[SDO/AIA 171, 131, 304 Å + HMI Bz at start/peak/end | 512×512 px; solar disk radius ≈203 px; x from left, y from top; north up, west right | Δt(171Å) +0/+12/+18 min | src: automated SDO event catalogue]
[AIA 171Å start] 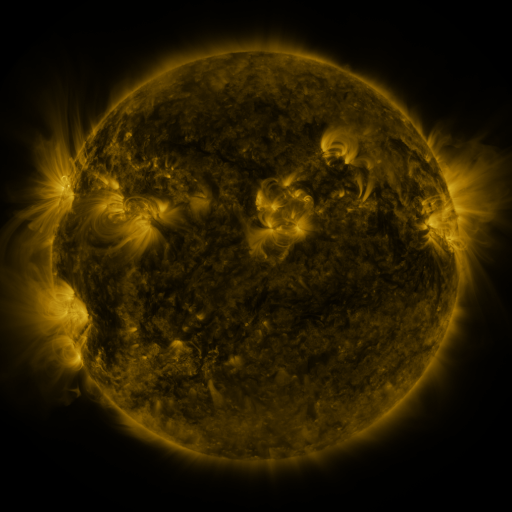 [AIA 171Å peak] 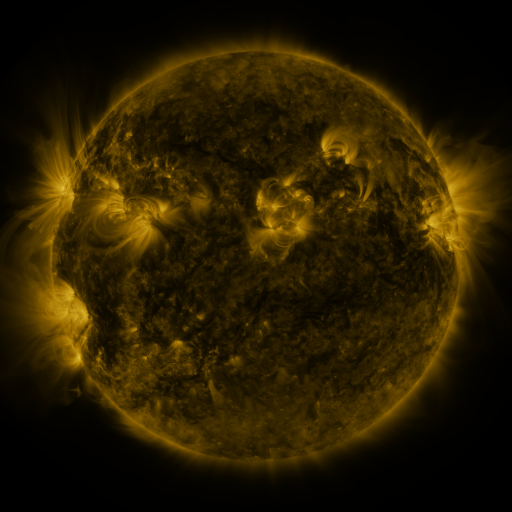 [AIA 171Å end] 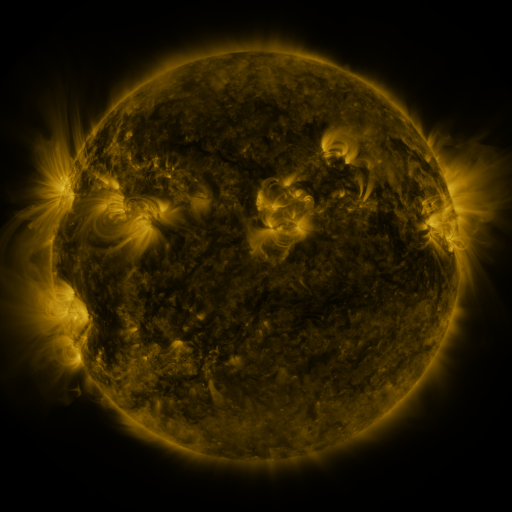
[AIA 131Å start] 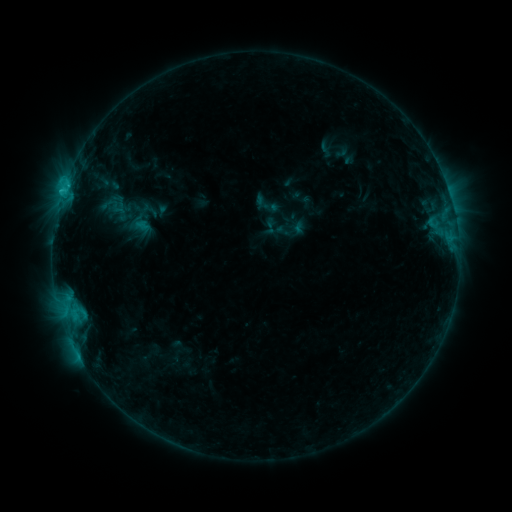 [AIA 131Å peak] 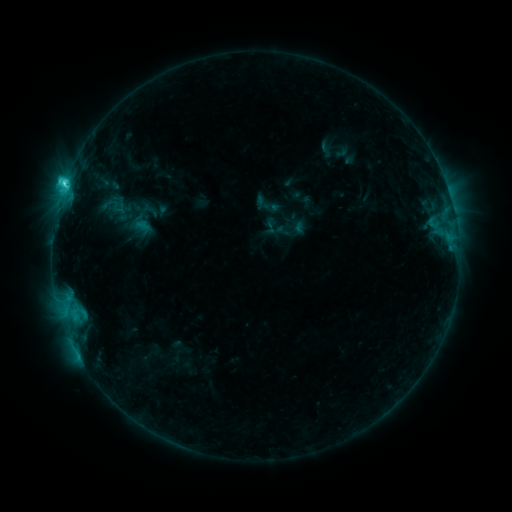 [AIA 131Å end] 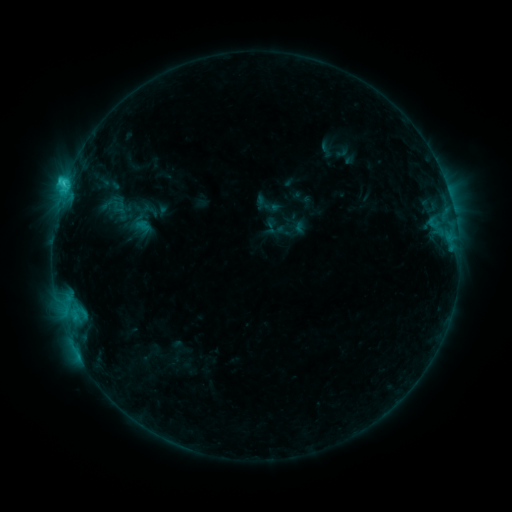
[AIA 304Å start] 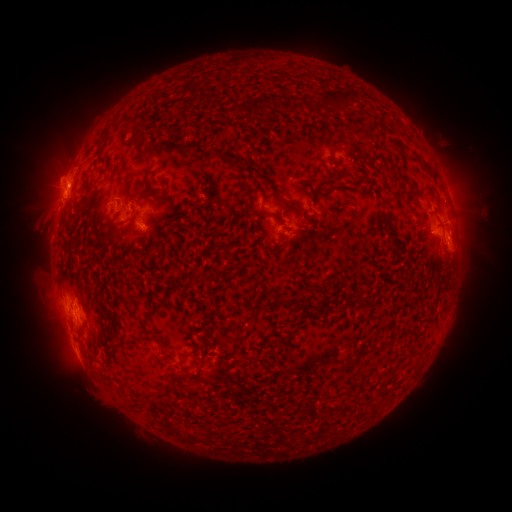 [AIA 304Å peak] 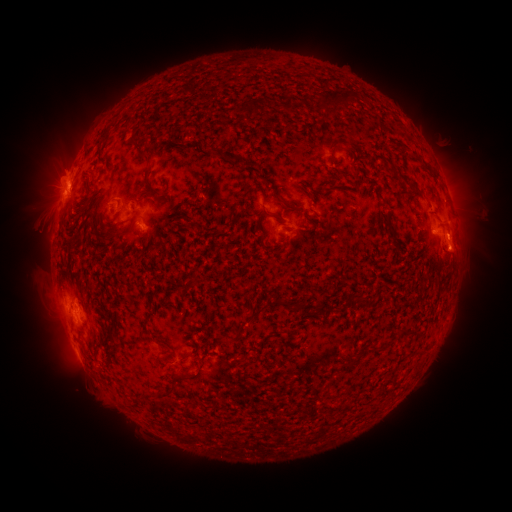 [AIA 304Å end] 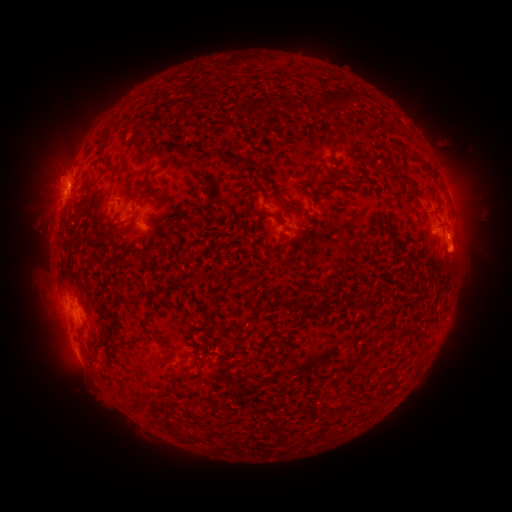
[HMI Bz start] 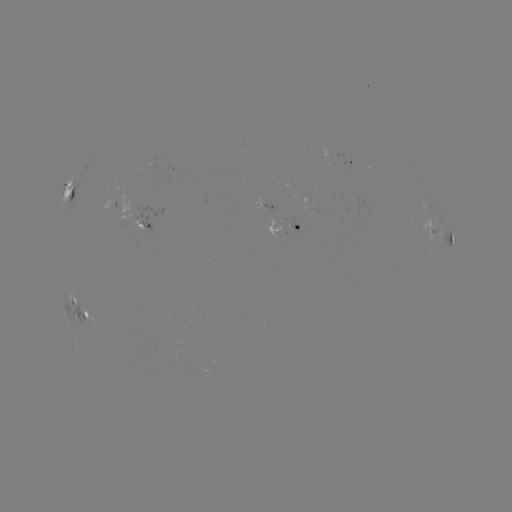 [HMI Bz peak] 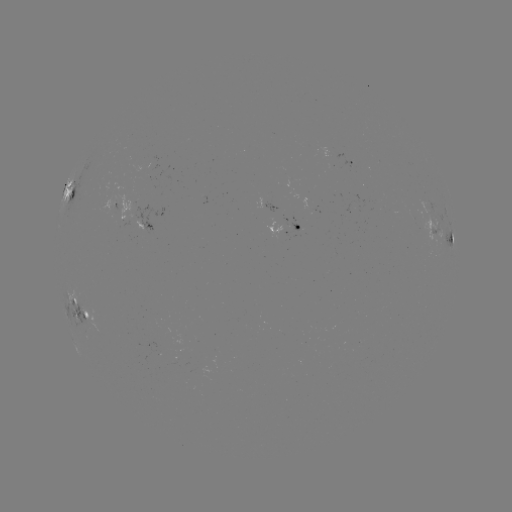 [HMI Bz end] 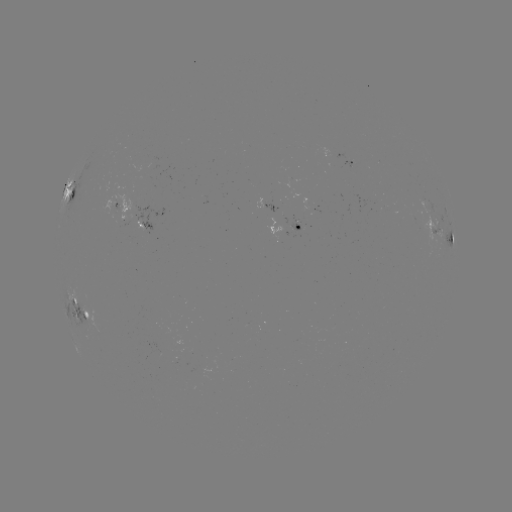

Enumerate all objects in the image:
C3.2 flare: (65, 187)
